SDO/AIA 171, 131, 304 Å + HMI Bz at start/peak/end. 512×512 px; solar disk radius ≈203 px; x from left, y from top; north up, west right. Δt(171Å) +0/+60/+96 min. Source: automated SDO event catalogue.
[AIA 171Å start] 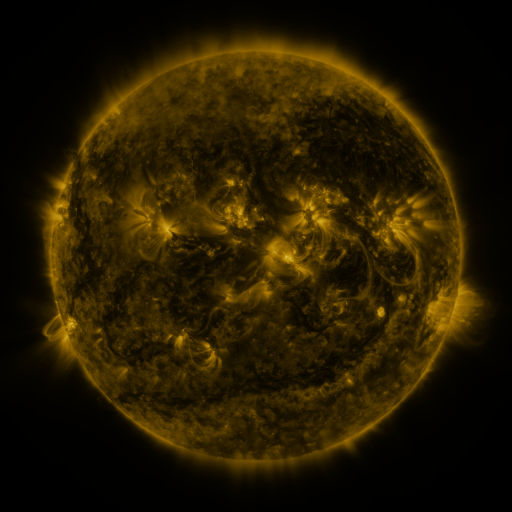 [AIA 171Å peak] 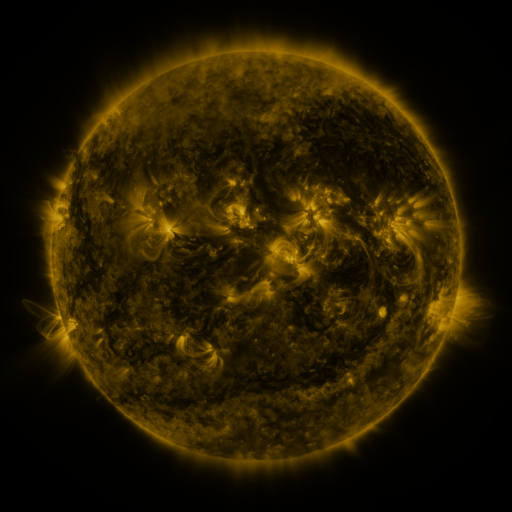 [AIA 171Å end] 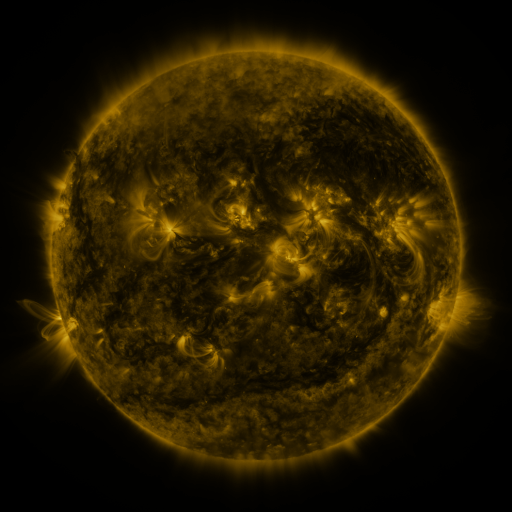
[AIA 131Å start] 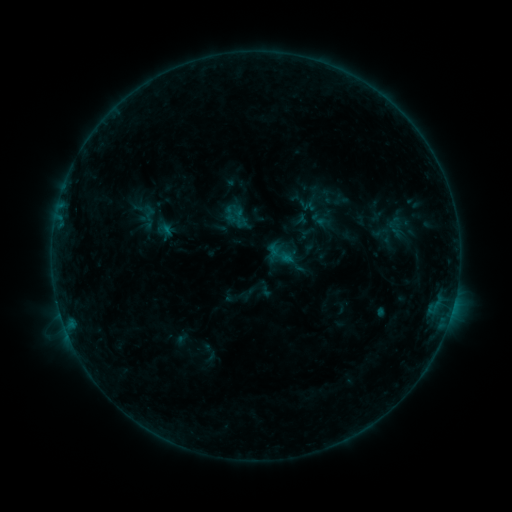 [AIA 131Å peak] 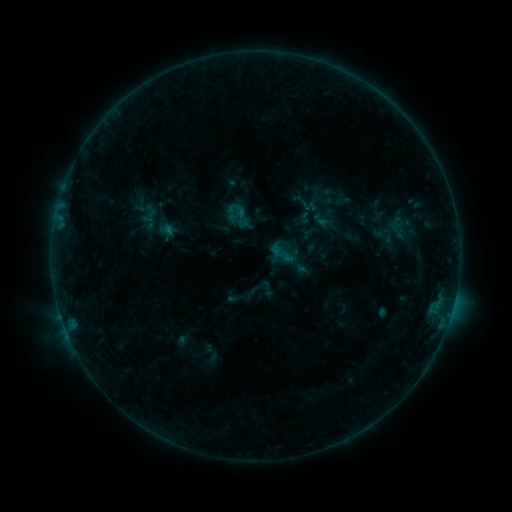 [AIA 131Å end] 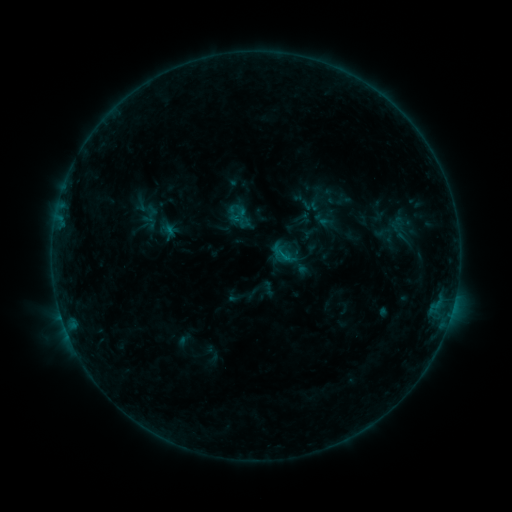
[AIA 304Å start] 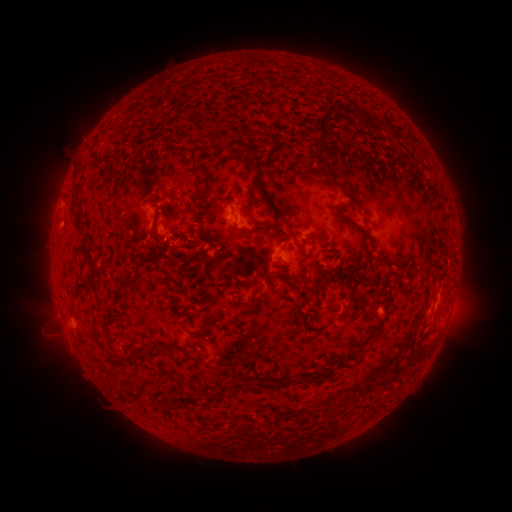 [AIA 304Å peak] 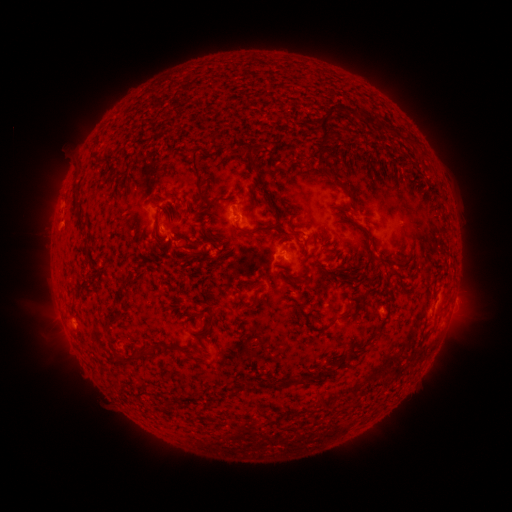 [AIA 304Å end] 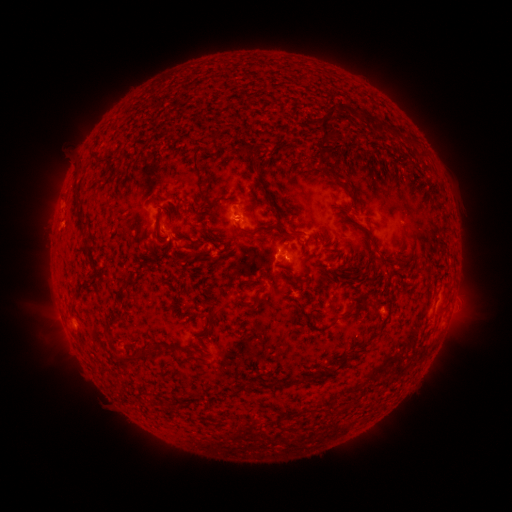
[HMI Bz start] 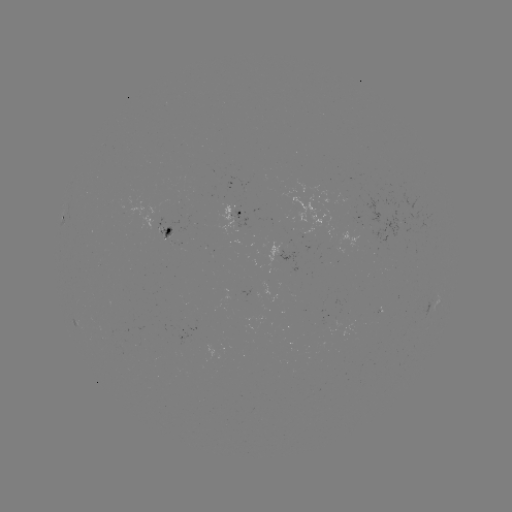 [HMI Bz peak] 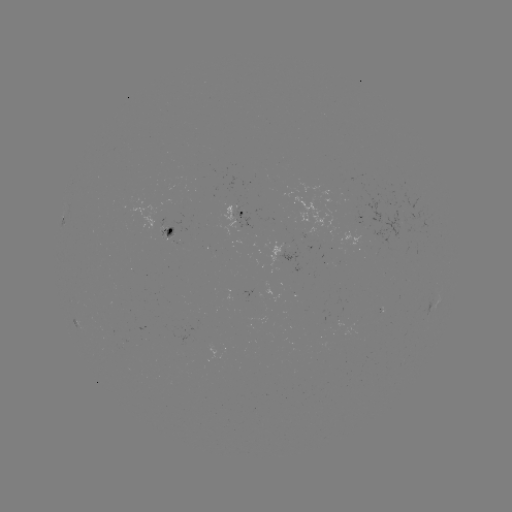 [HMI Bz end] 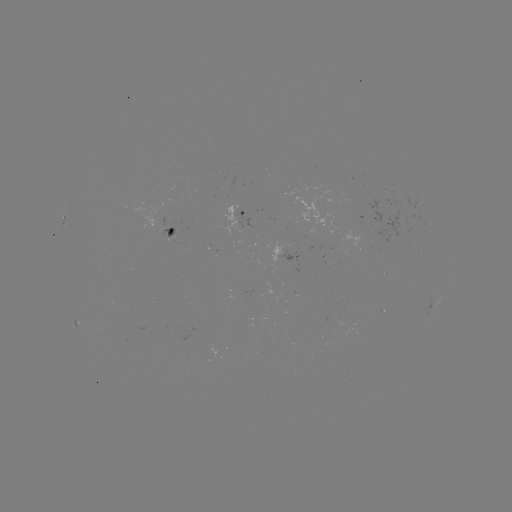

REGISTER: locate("emerging-flux region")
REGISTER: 351,203